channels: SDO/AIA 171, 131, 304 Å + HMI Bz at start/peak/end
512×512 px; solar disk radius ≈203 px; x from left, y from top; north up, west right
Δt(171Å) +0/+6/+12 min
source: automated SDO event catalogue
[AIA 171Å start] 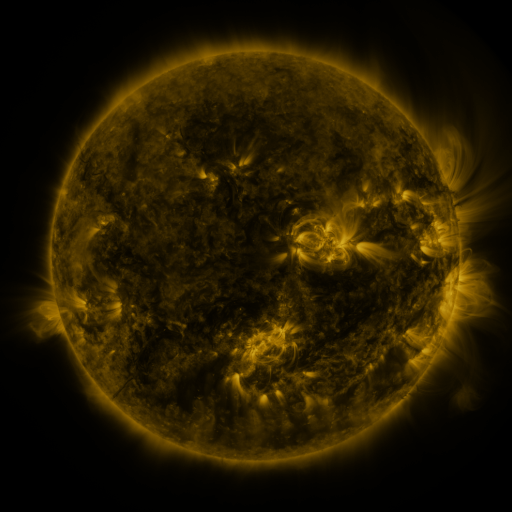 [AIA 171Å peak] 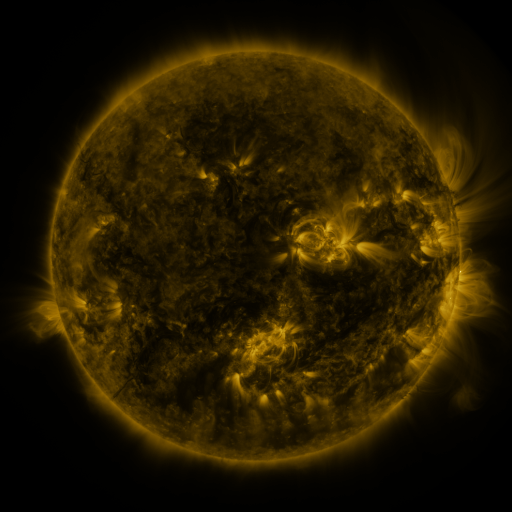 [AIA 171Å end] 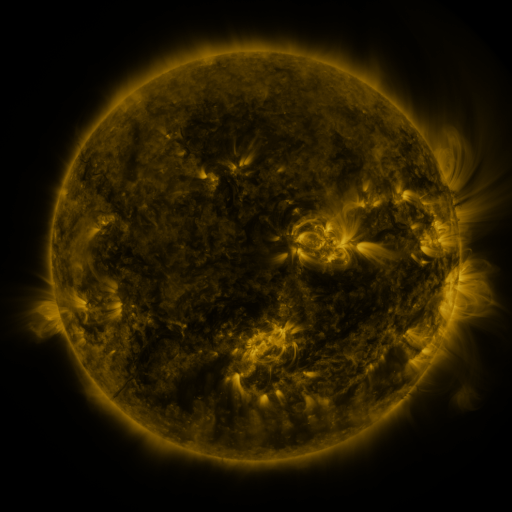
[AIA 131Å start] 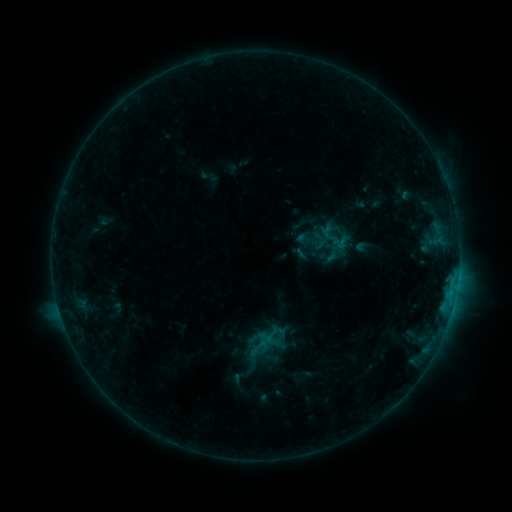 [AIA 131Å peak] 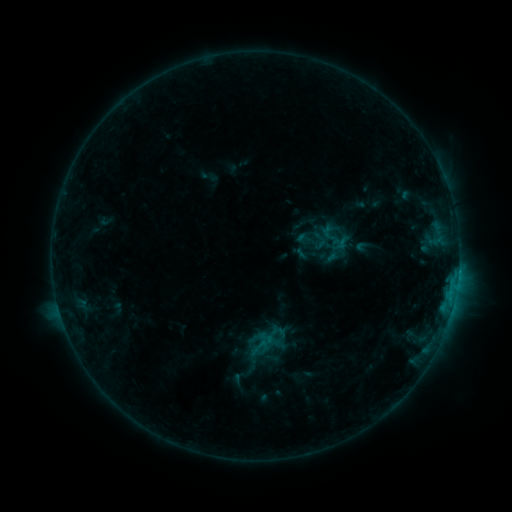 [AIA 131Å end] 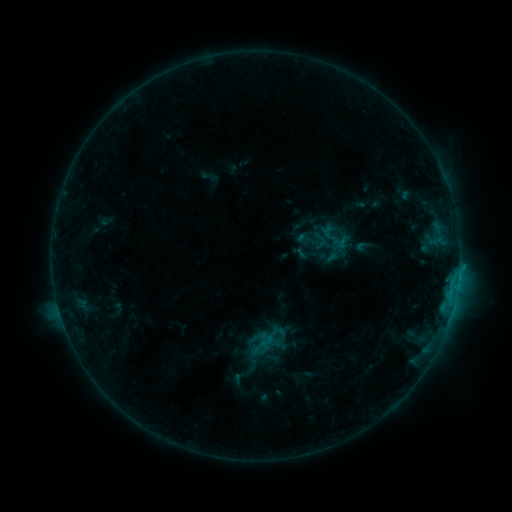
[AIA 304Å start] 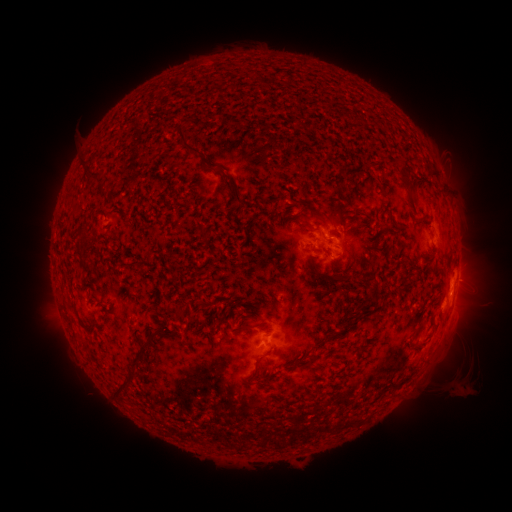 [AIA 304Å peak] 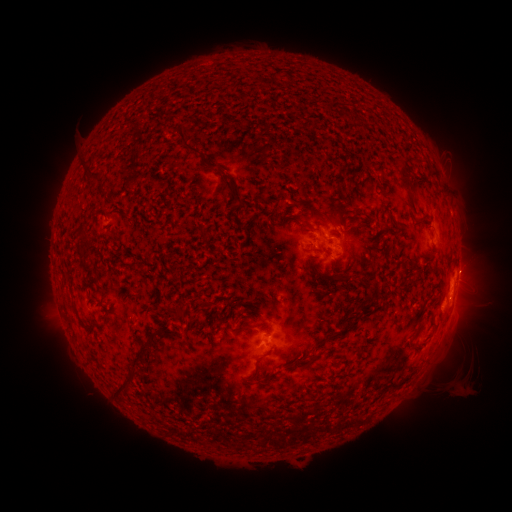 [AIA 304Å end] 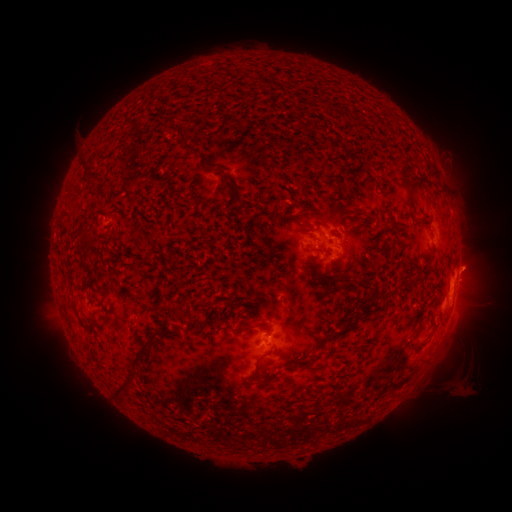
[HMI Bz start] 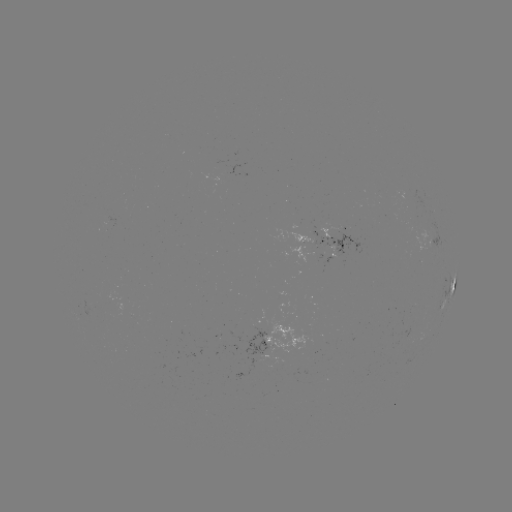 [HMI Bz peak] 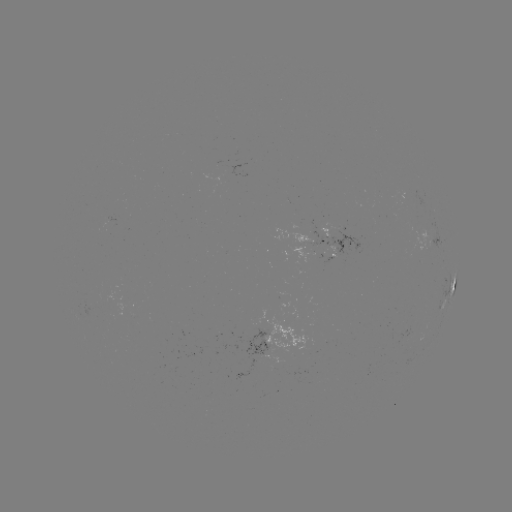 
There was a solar eruption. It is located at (471, 264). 